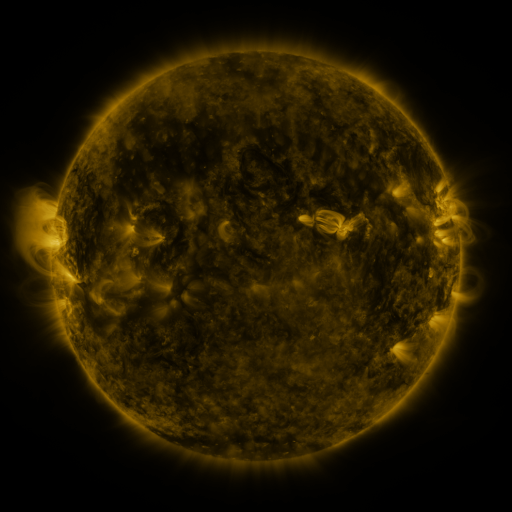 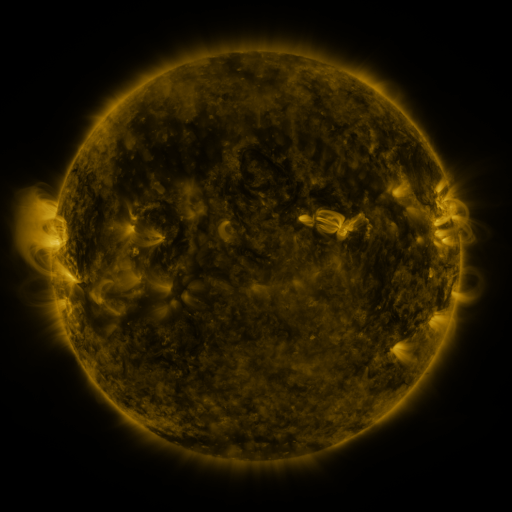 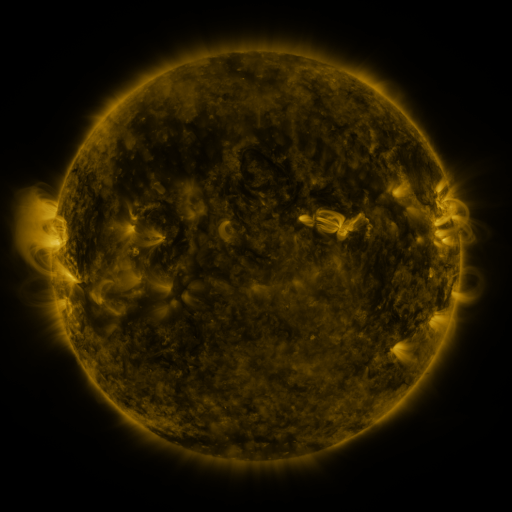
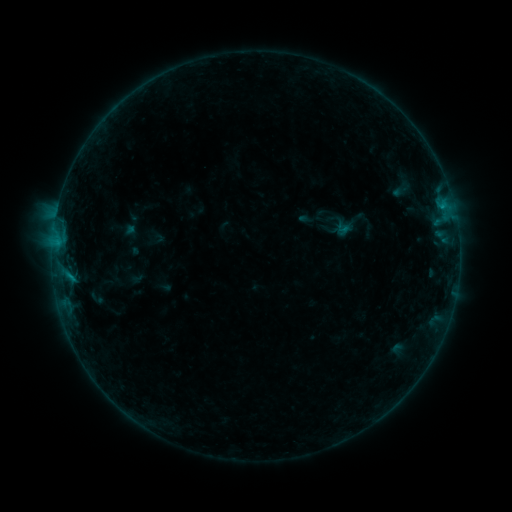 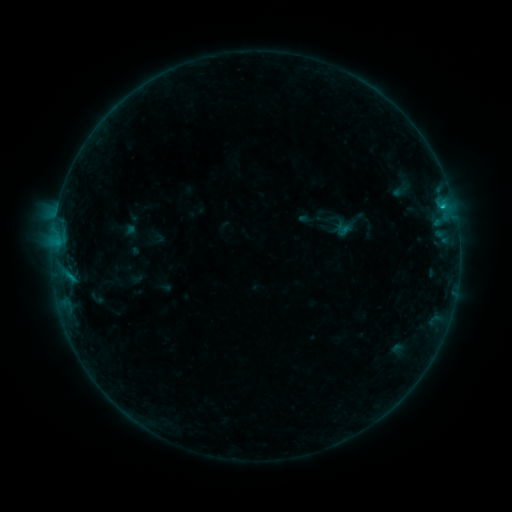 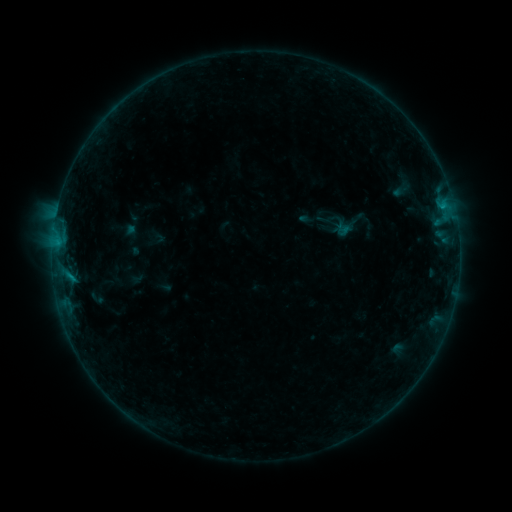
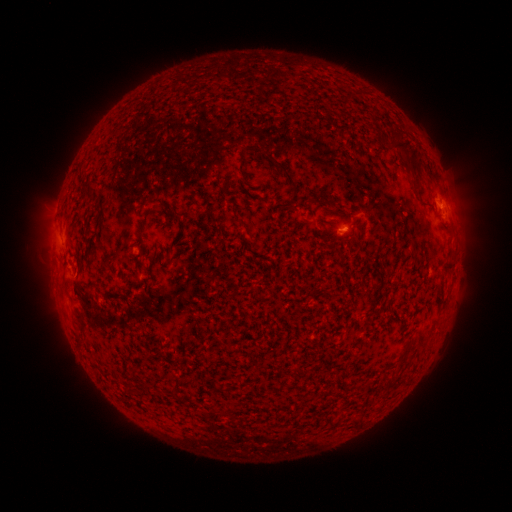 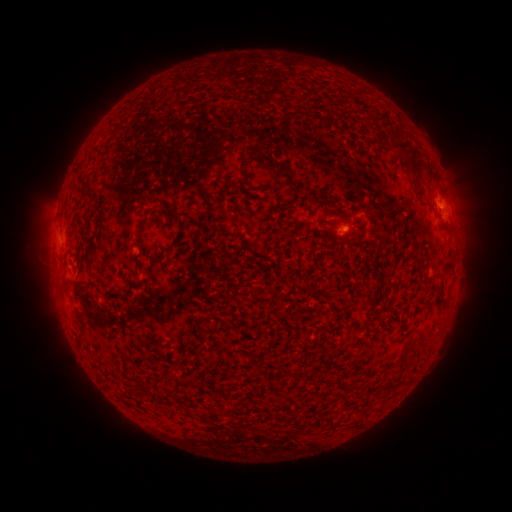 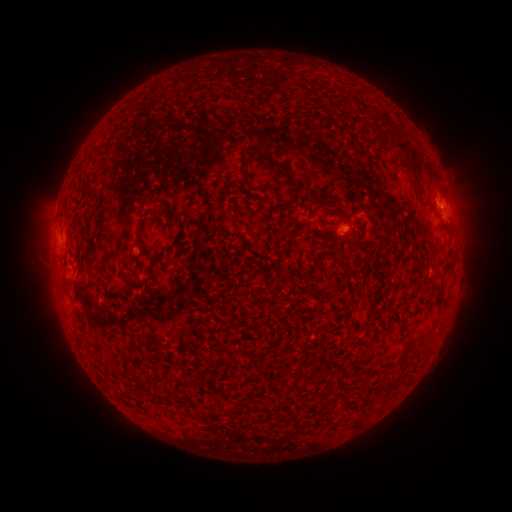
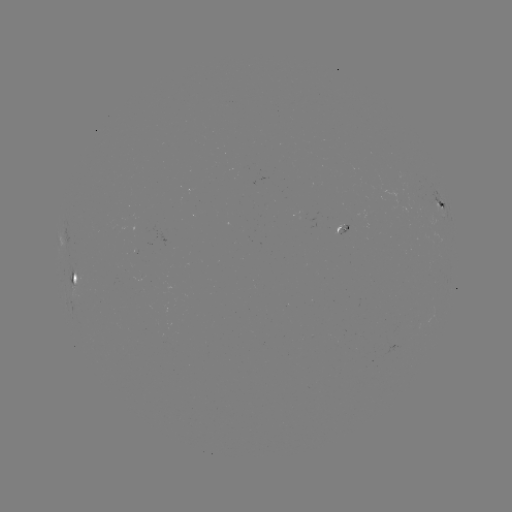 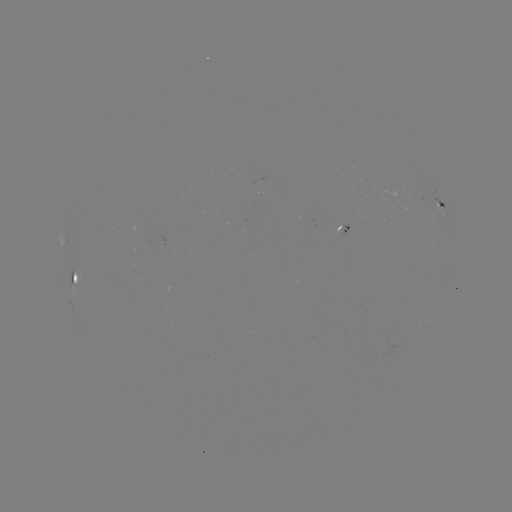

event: flare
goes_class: B4.2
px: (441, 207)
